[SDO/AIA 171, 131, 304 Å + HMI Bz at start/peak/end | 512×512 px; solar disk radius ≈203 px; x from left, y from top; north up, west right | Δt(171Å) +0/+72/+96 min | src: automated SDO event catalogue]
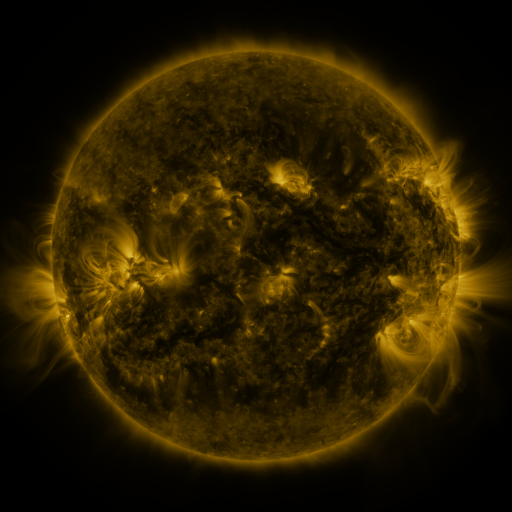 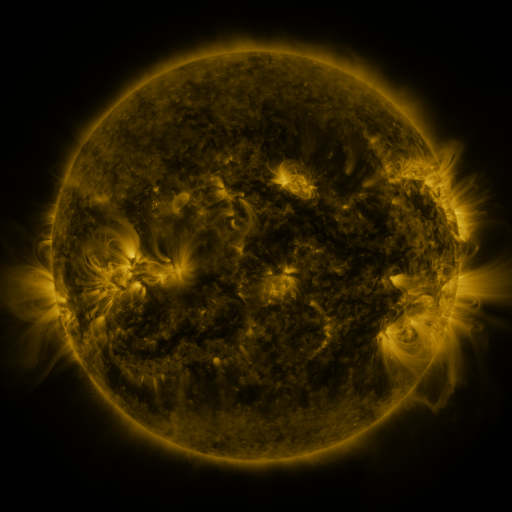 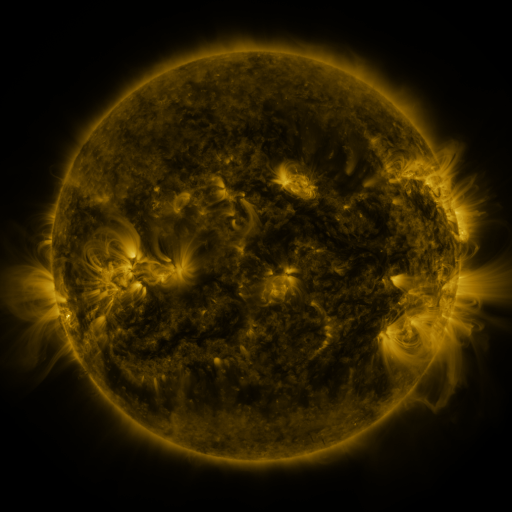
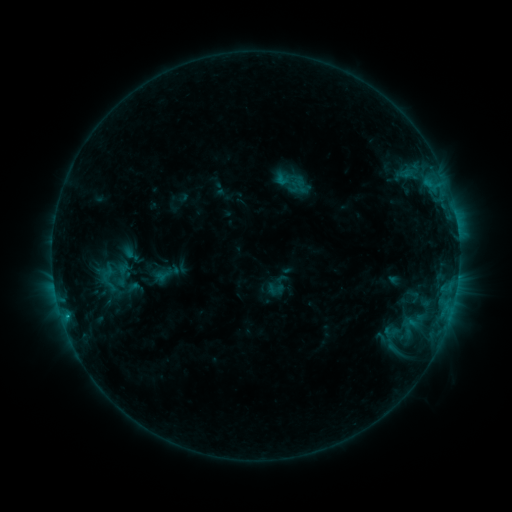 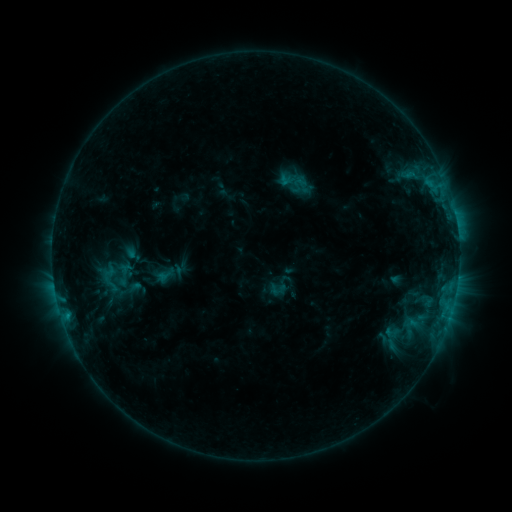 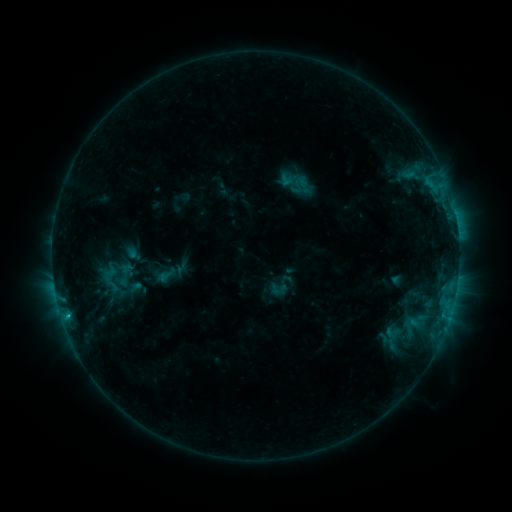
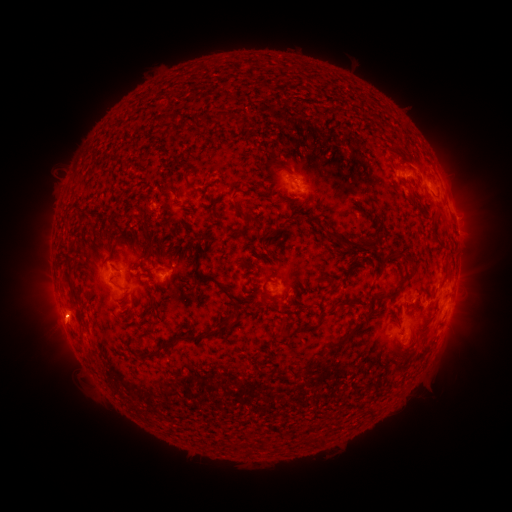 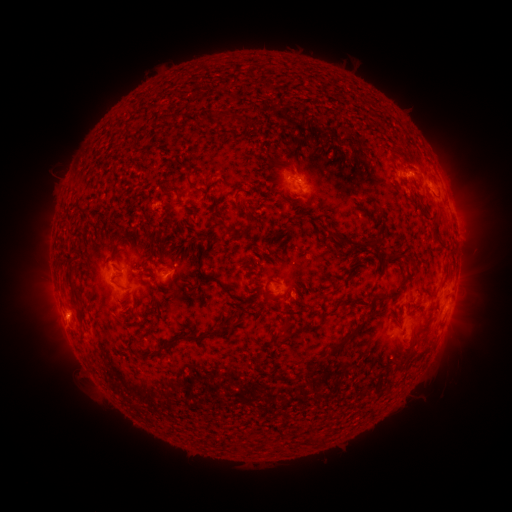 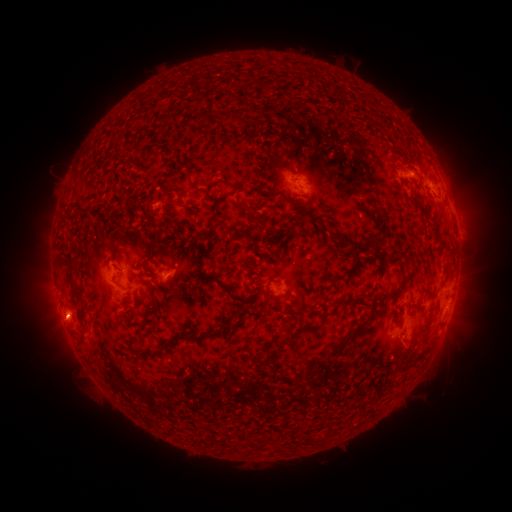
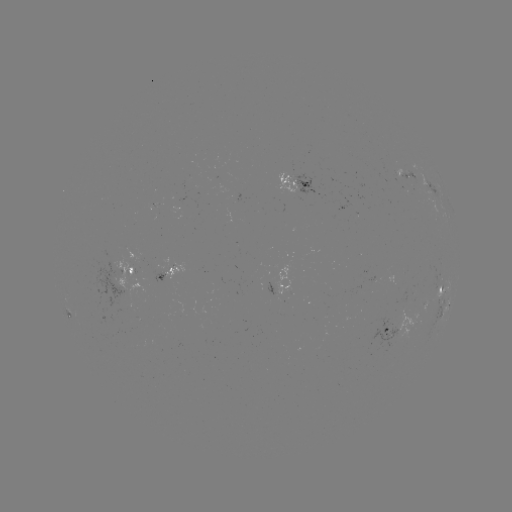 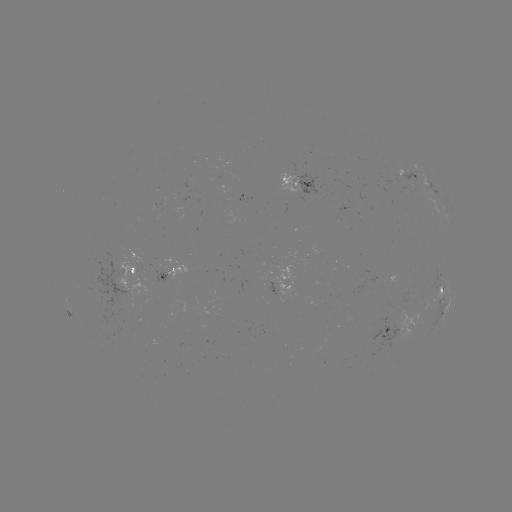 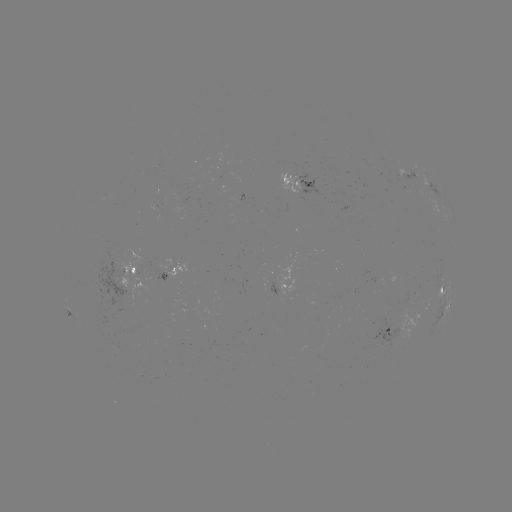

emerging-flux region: [398, 169, 419, 187]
